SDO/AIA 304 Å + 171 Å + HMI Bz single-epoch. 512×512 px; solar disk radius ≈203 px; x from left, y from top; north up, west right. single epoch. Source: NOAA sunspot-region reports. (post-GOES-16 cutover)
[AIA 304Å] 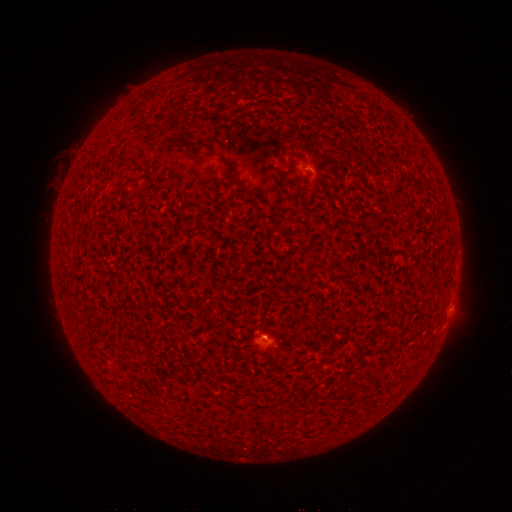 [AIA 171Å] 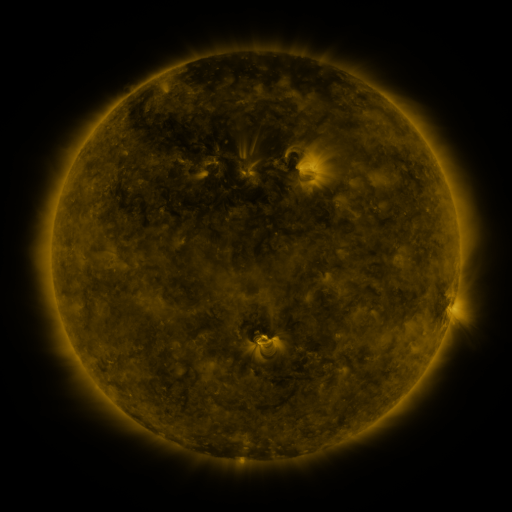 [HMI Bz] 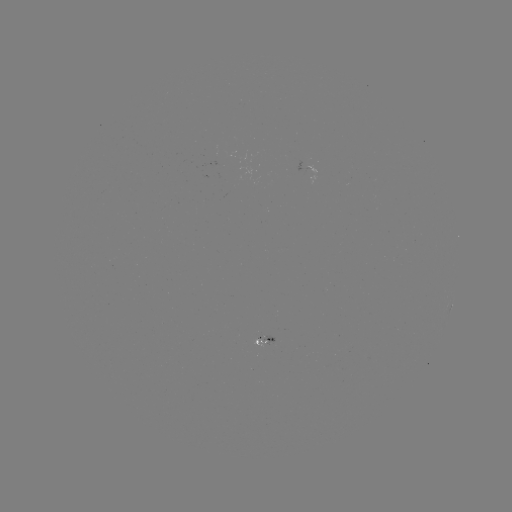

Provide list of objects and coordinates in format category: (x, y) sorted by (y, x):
spotted active region: (451, 307)
